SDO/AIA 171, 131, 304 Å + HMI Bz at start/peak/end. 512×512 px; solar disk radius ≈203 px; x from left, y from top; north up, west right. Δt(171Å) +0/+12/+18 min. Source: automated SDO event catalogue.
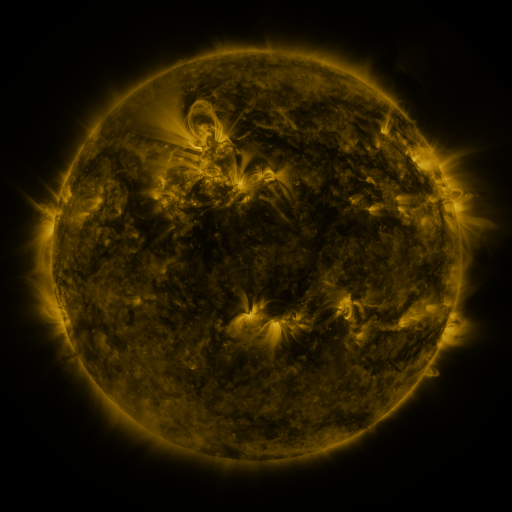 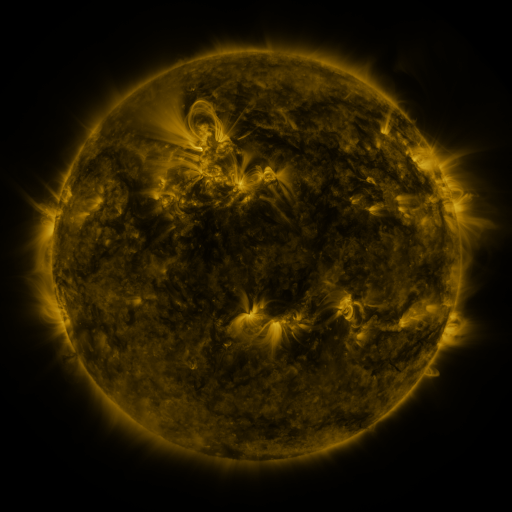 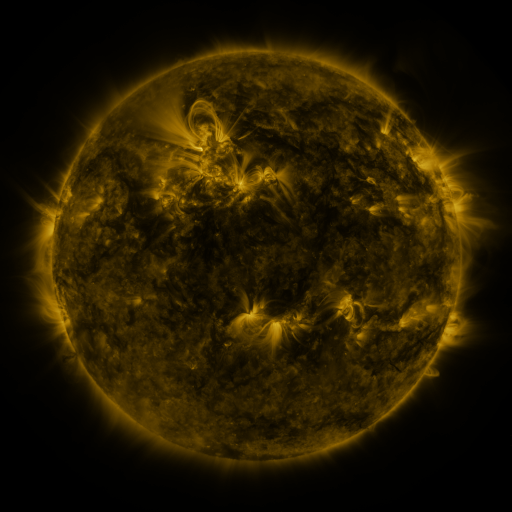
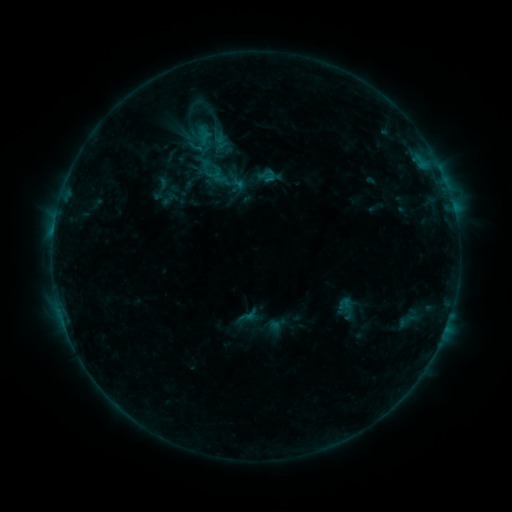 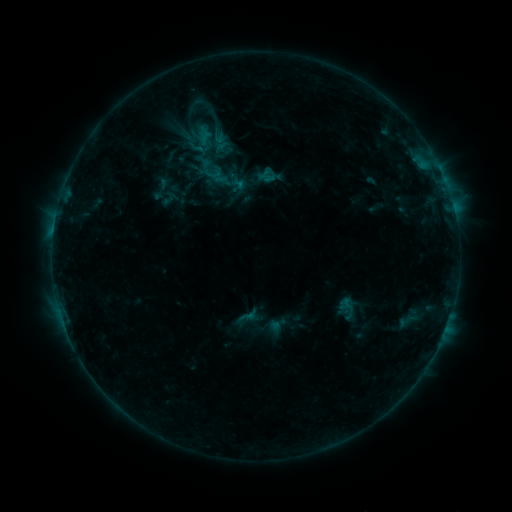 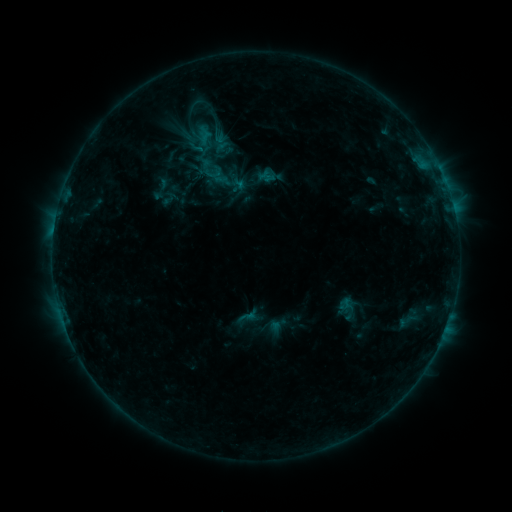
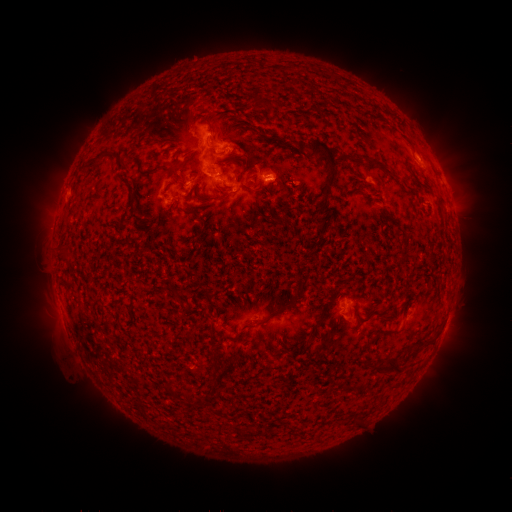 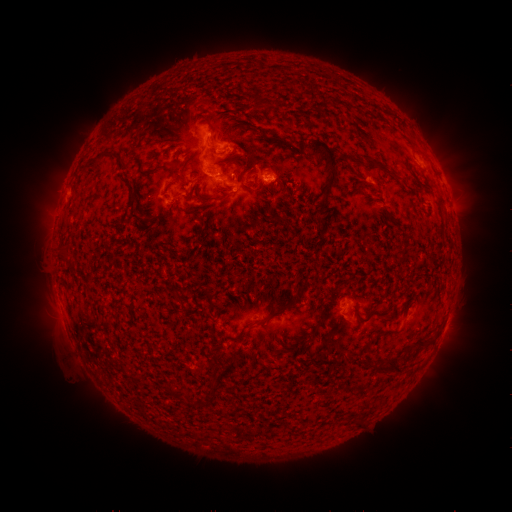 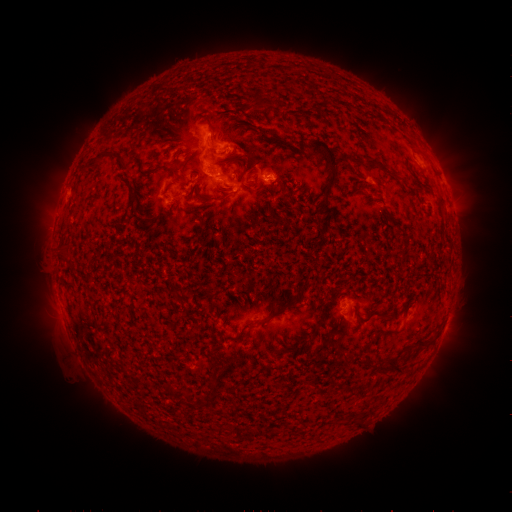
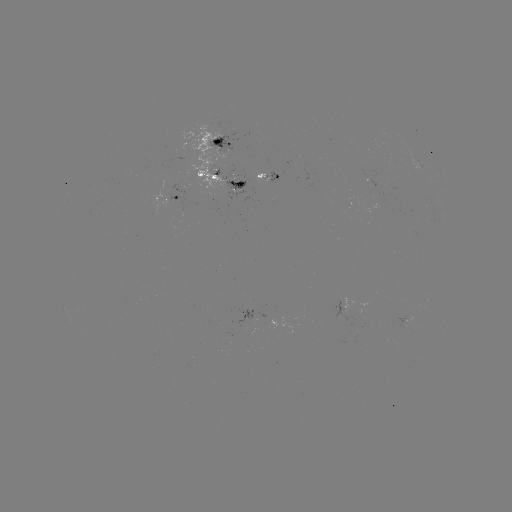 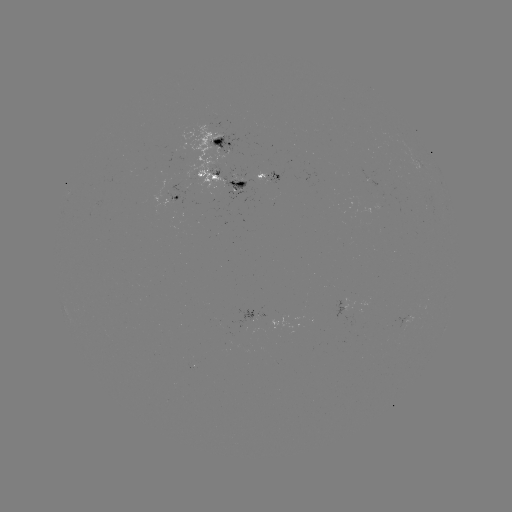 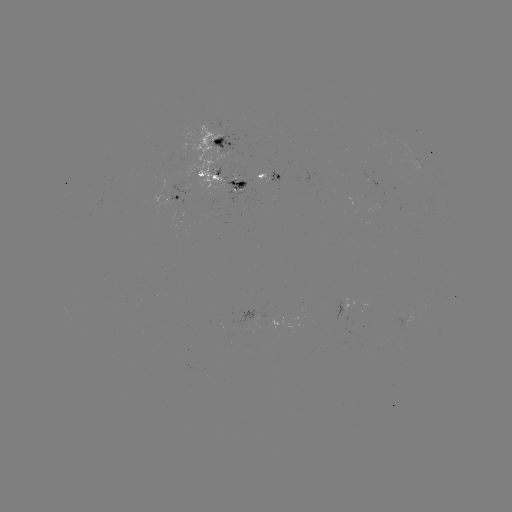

no catalogued flare and no flagged EUV brightening in this window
